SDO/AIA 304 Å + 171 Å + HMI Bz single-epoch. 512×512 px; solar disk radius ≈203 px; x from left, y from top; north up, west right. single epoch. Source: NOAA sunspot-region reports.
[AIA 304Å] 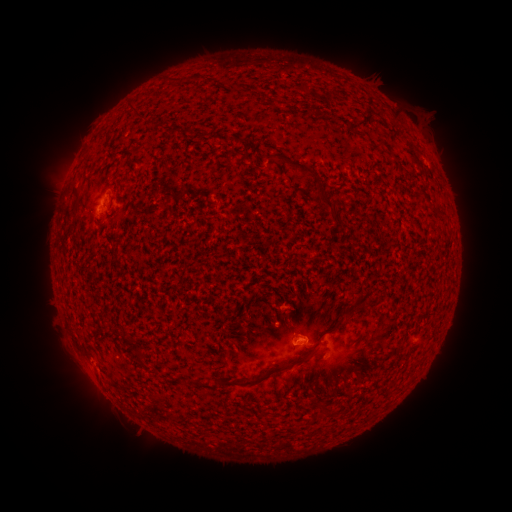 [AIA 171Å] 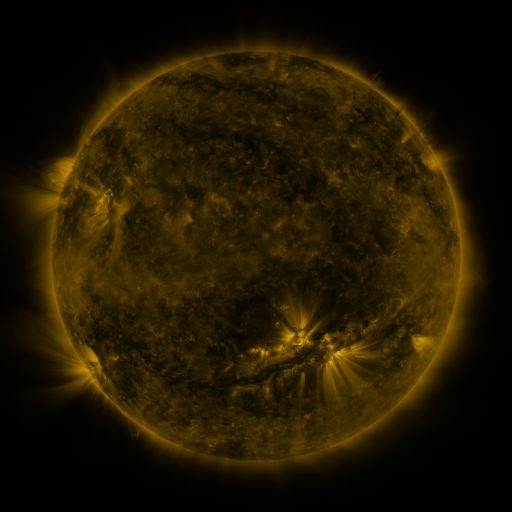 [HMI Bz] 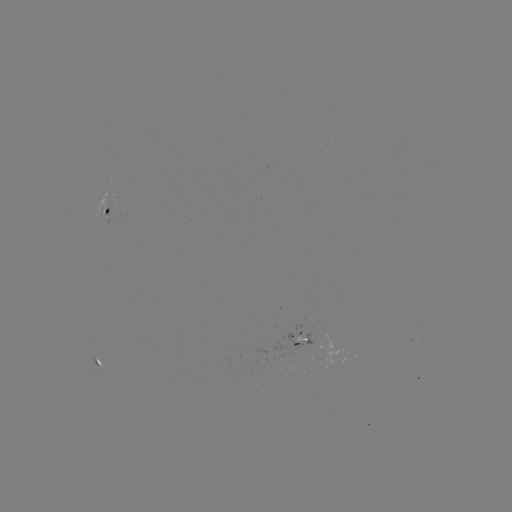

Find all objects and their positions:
spotted active region: (106, 209)
spotted active region: (411, 339)
spotted active region: (305, 341)
spotted active region: (95, 359)
